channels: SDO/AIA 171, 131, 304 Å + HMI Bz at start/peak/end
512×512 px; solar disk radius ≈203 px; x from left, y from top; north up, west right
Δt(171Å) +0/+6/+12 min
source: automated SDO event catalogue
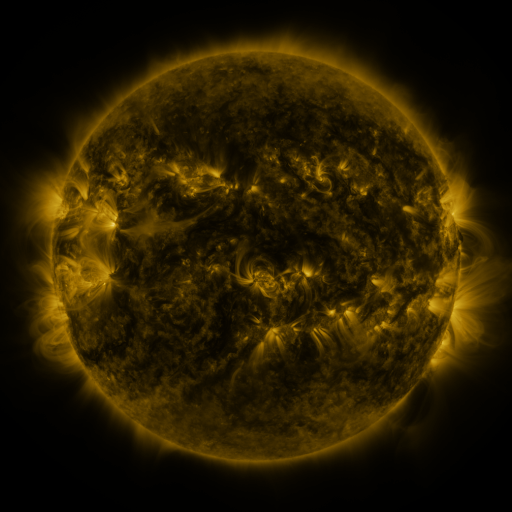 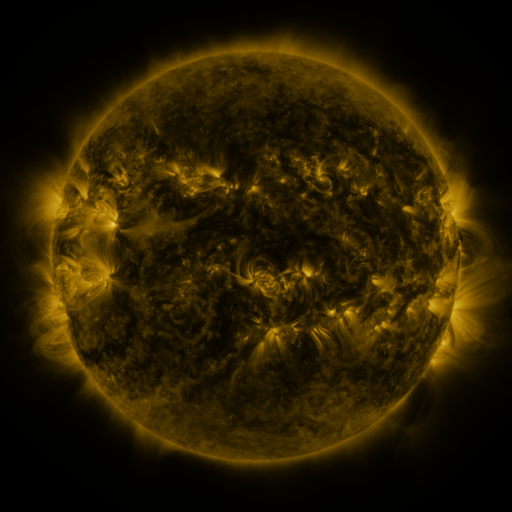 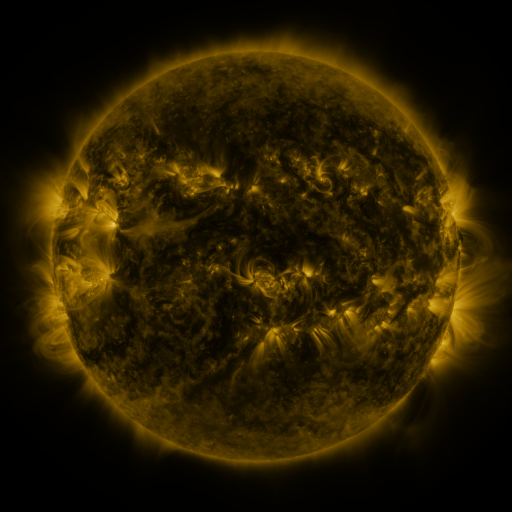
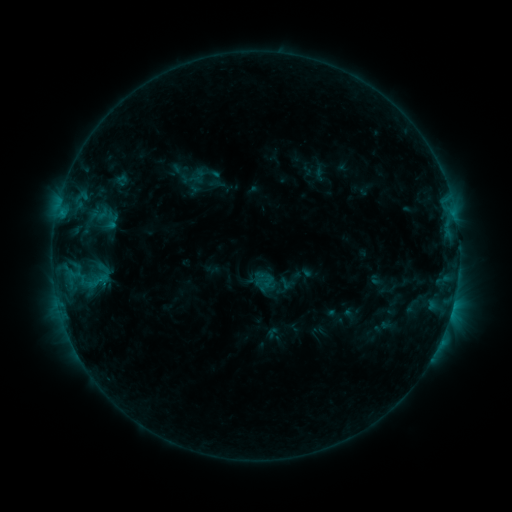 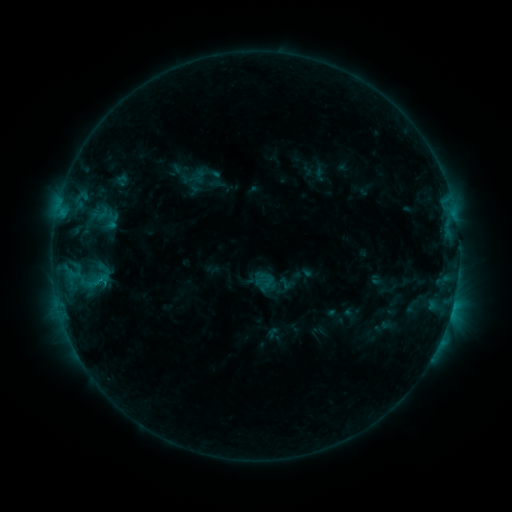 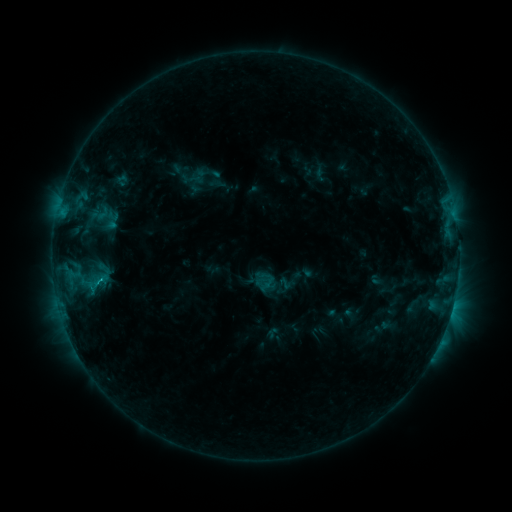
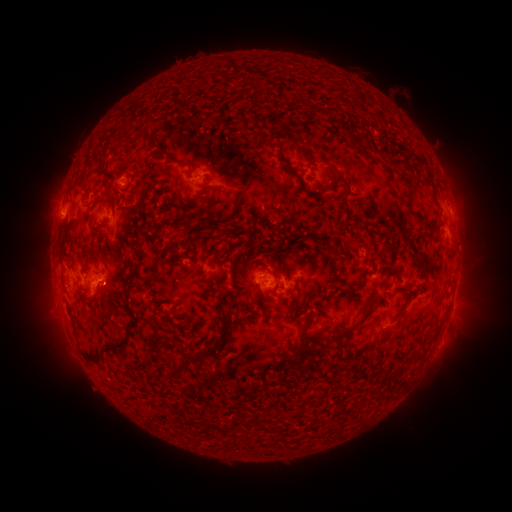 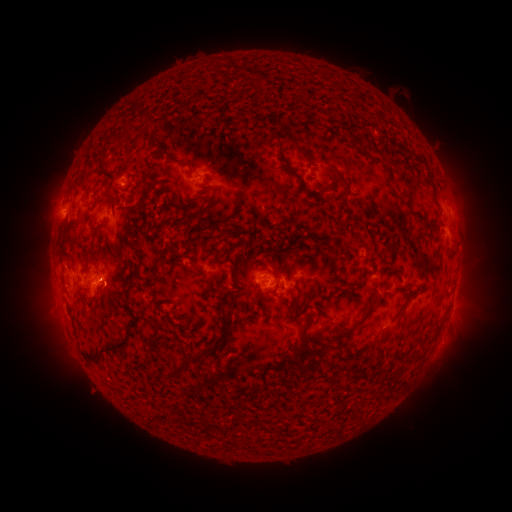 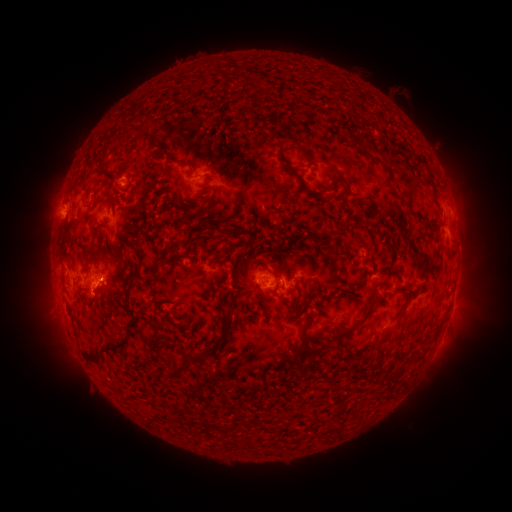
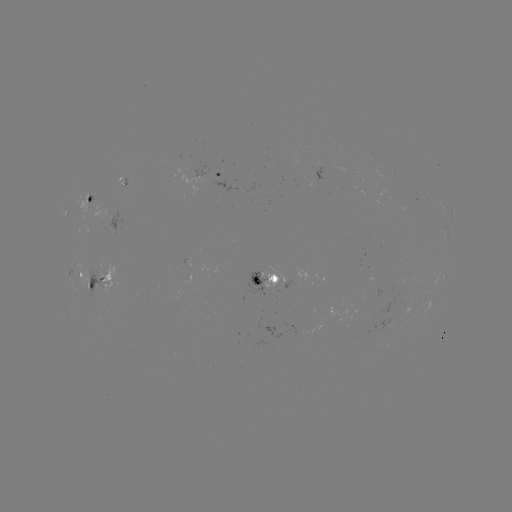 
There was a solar flare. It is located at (453, 304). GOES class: C1.0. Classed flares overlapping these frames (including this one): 2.